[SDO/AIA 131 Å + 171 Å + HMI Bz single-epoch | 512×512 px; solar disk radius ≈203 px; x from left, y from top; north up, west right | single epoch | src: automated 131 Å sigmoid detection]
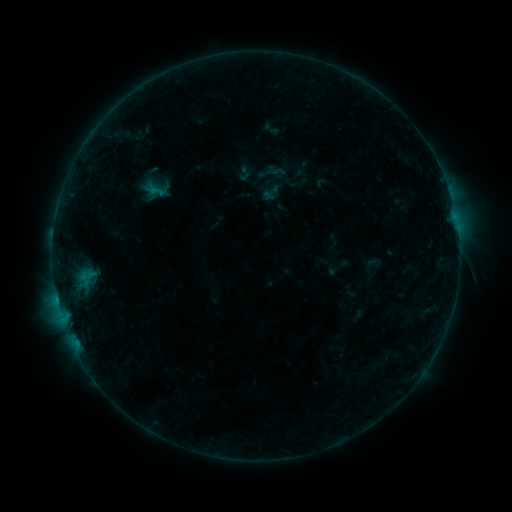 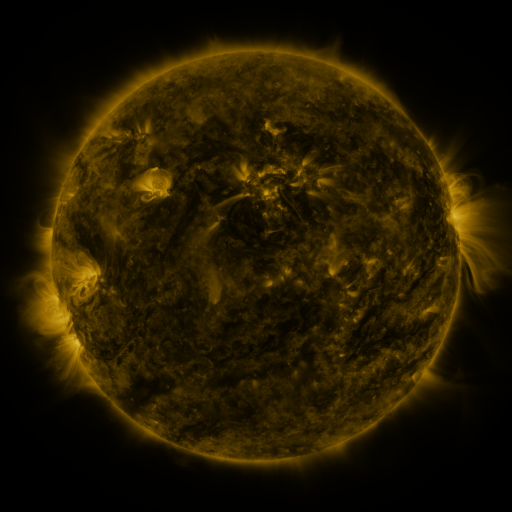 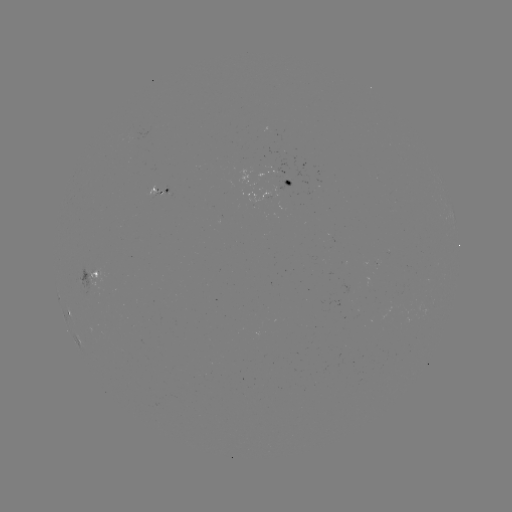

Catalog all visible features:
sigmoid: (271, 192)
